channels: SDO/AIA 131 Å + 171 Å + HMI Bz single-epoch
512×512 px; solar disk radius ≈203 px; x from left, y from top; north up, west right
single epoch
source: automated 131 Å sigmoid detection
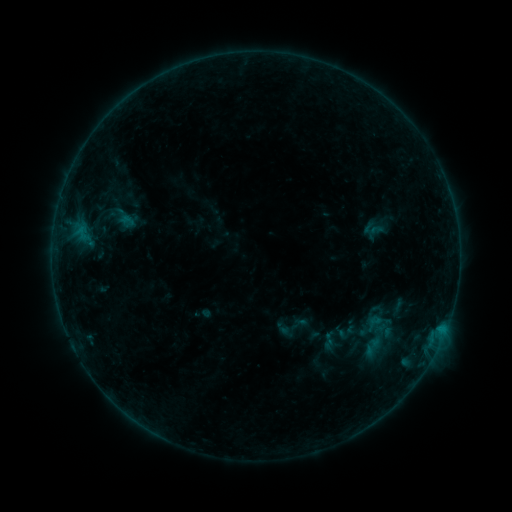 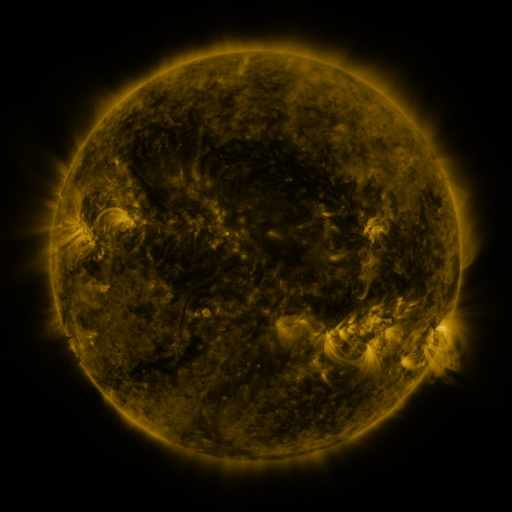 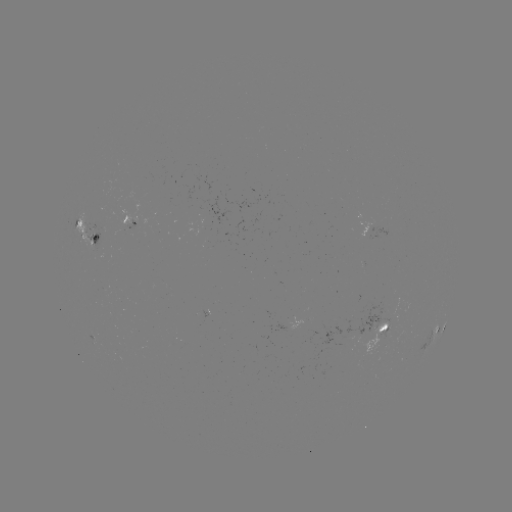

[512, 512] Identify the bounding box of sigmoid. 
[363, 313, 384, 333].